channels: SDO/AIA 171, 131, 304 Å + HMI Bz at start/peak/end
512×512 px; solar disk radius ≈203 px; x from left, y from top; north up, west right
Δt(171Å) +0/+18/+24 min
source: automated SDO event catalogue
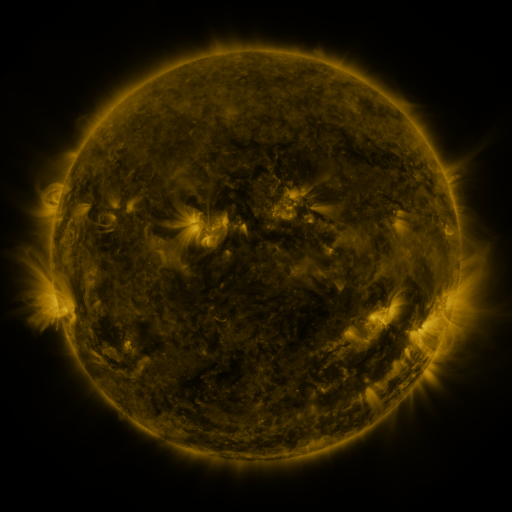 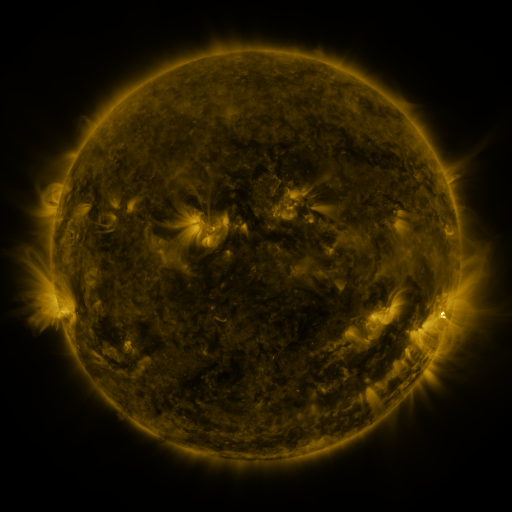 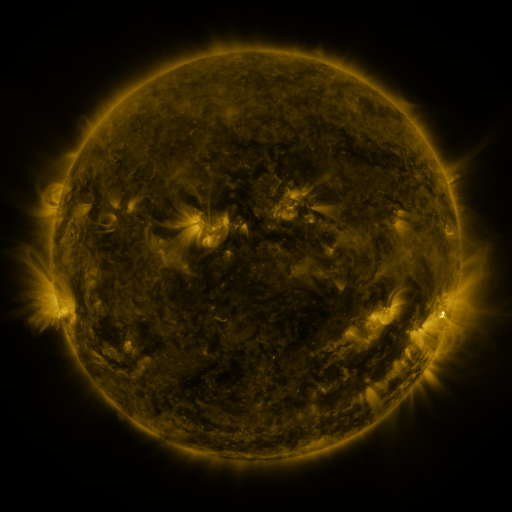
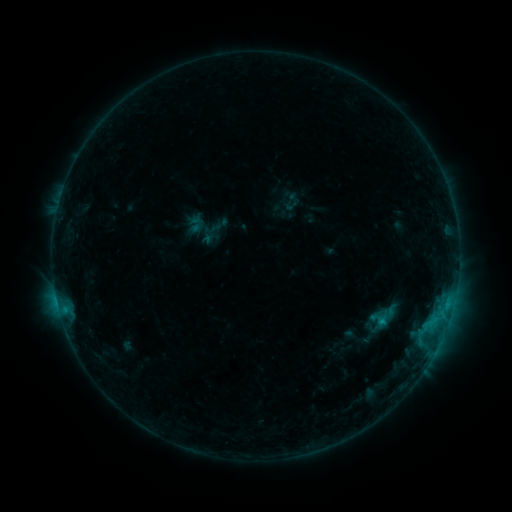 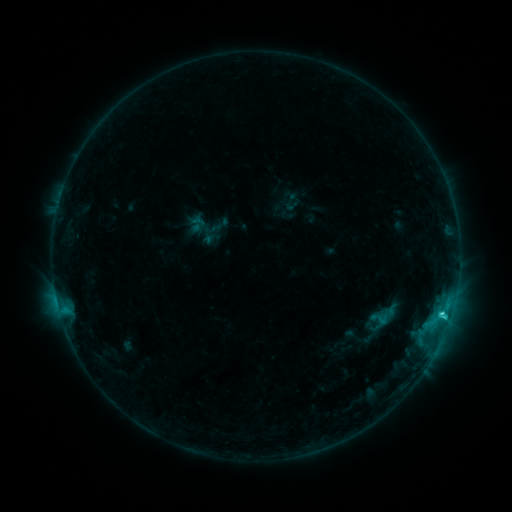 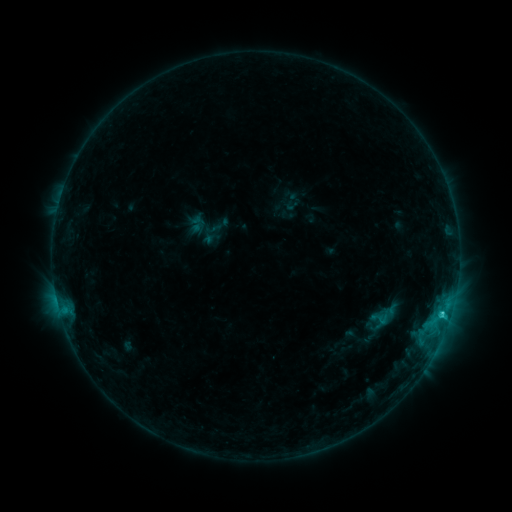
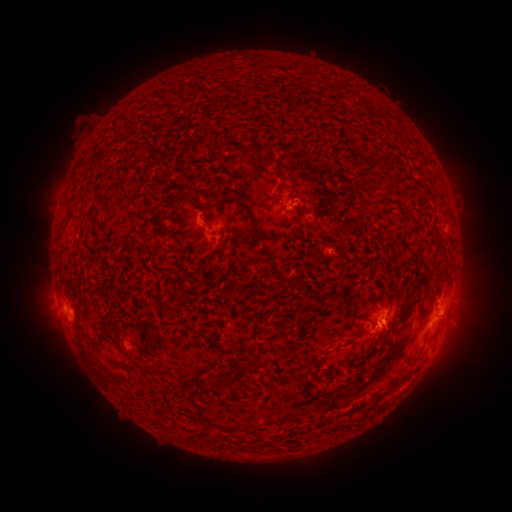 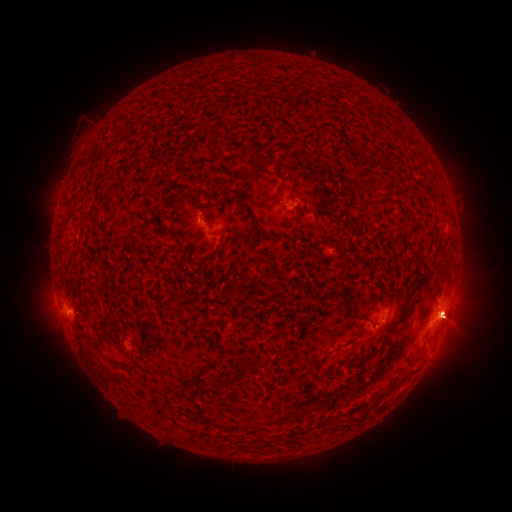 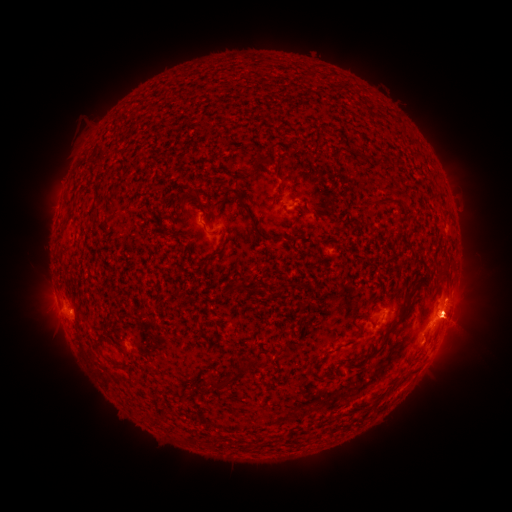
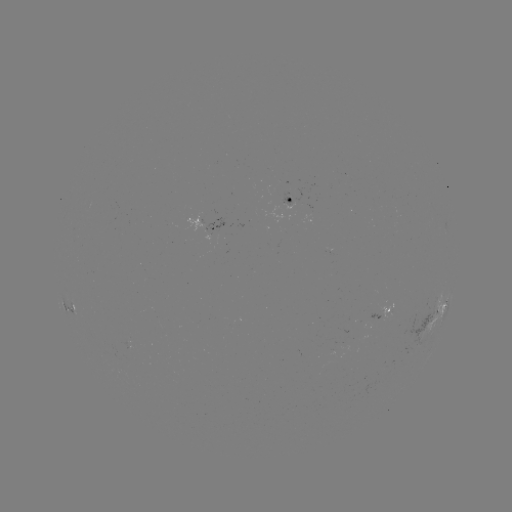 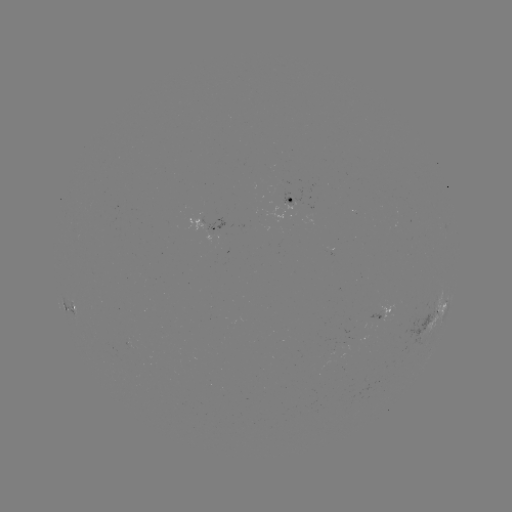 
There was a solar flare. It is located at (442, 312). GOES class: C2.2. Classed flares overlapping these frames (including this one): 1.